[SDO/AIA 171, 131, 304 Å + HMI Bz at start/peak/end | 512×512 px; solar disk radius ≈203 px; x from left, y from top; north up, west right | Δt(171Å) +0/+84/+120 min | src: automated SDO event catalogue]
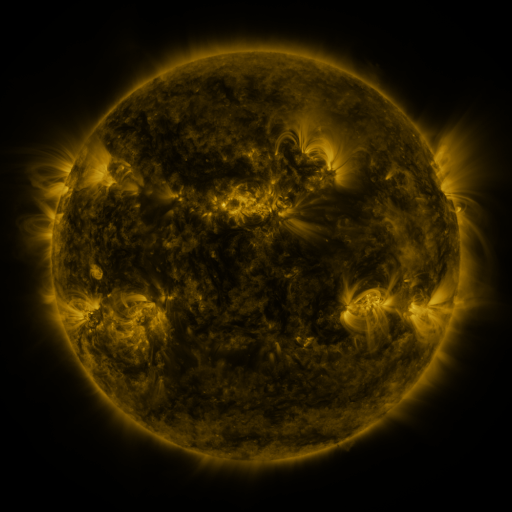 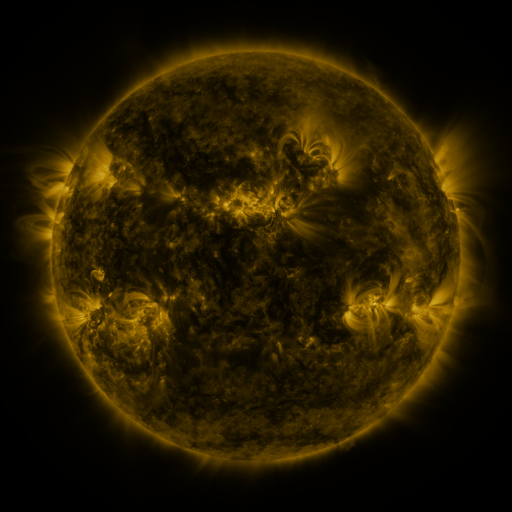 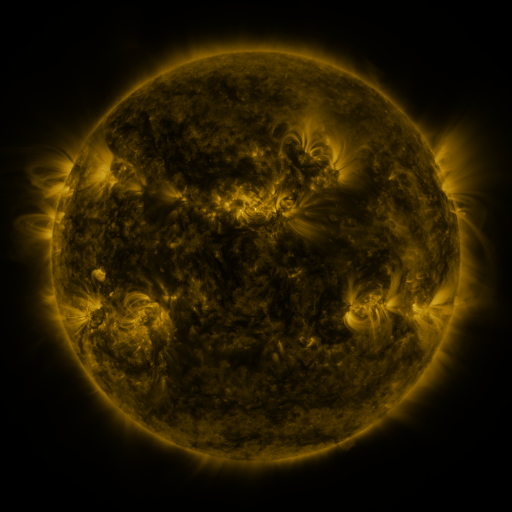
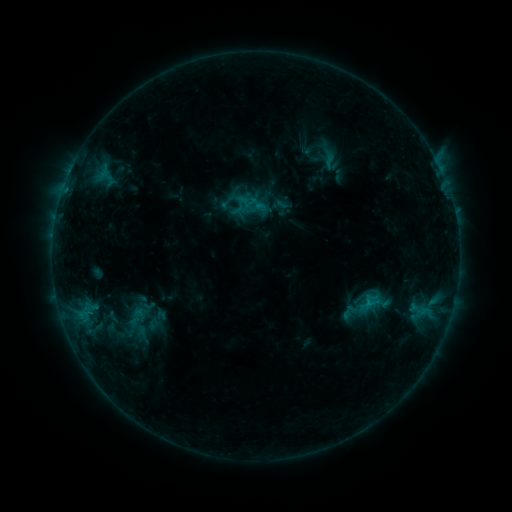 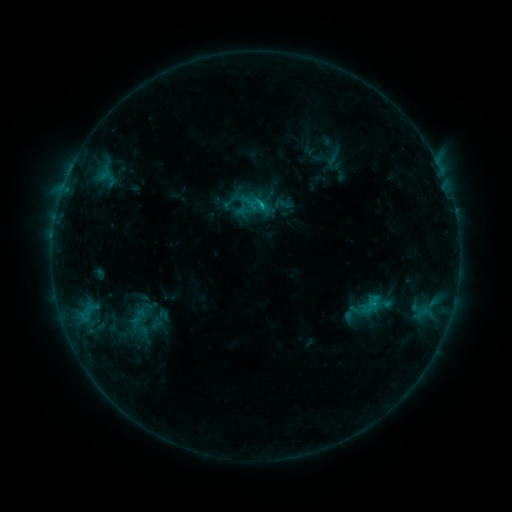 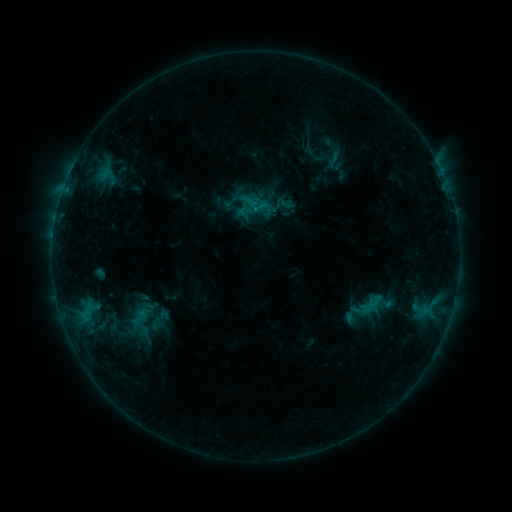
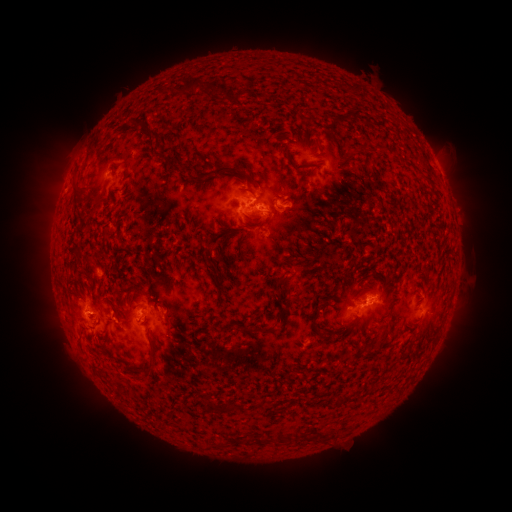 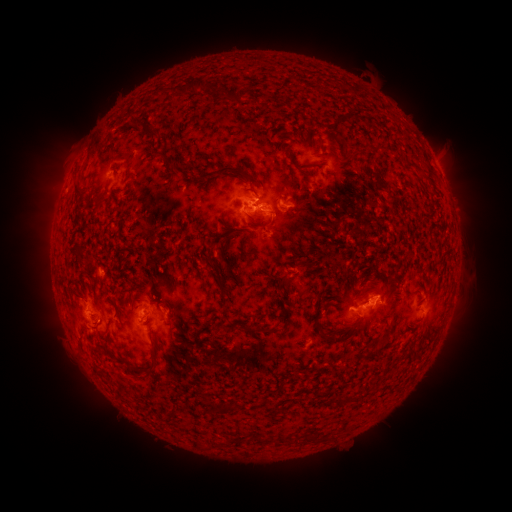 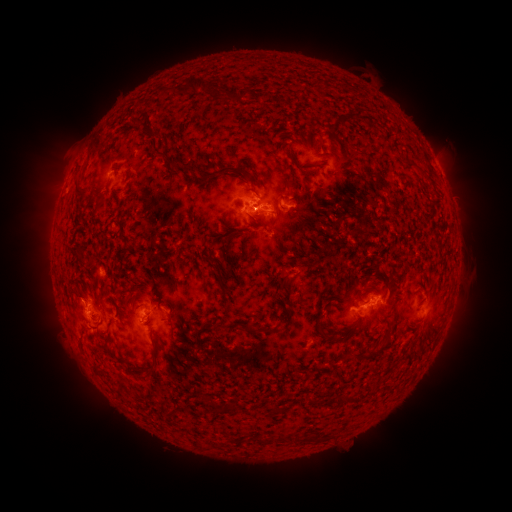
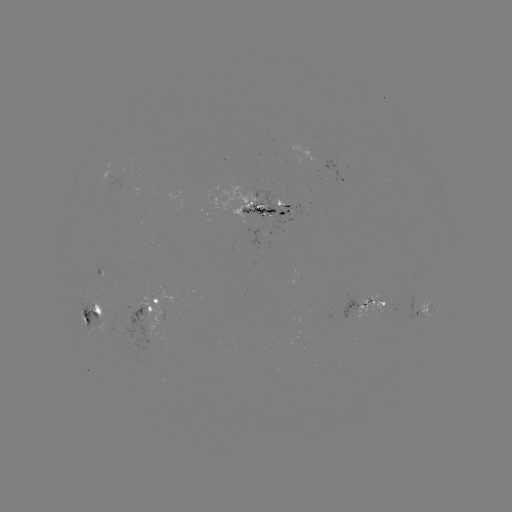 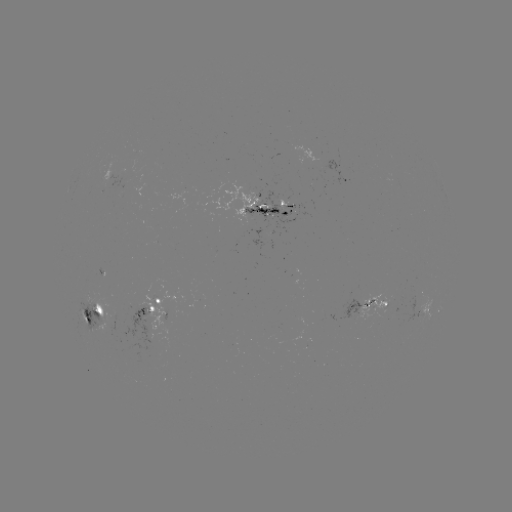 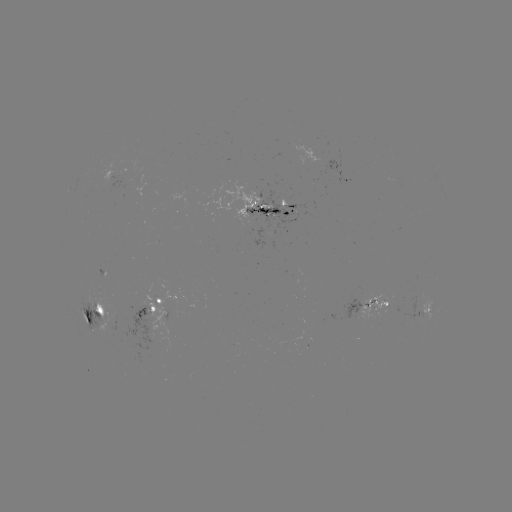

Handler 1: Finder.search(emerging-flux region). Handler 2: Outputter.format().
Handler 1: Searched emerging-flux region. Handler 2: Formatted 105,182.